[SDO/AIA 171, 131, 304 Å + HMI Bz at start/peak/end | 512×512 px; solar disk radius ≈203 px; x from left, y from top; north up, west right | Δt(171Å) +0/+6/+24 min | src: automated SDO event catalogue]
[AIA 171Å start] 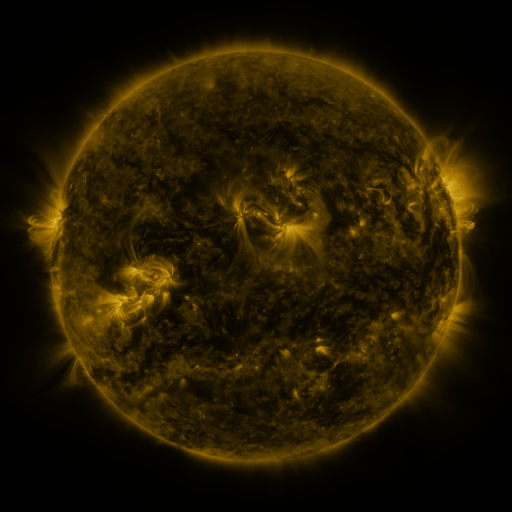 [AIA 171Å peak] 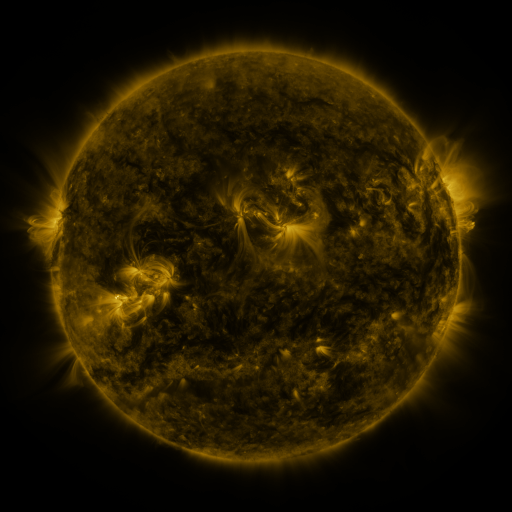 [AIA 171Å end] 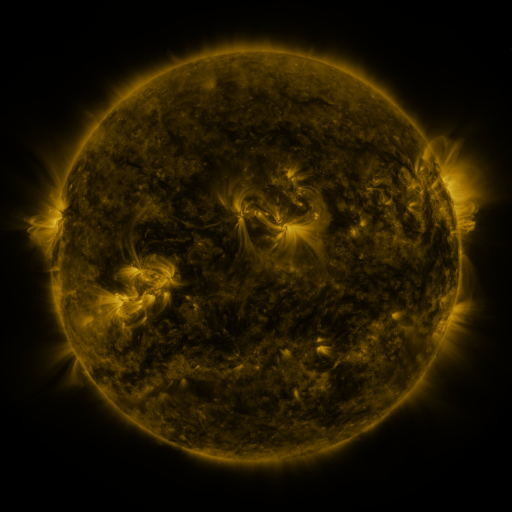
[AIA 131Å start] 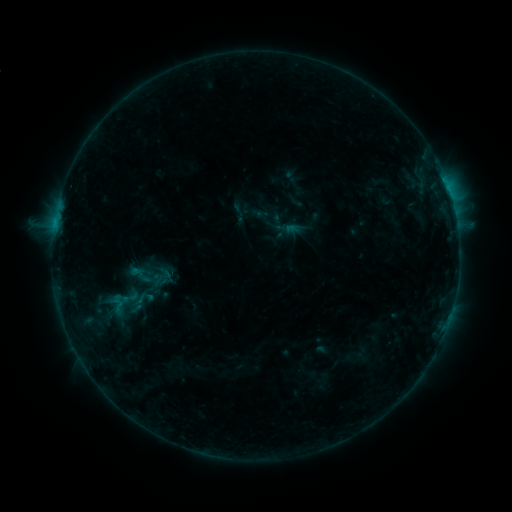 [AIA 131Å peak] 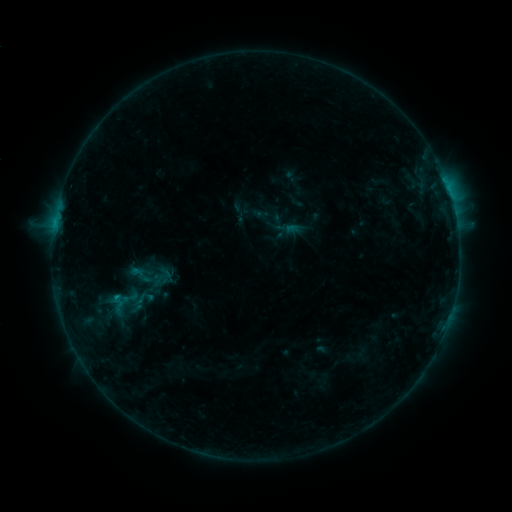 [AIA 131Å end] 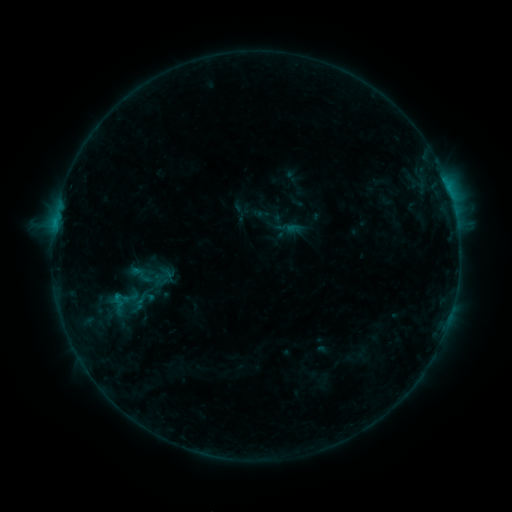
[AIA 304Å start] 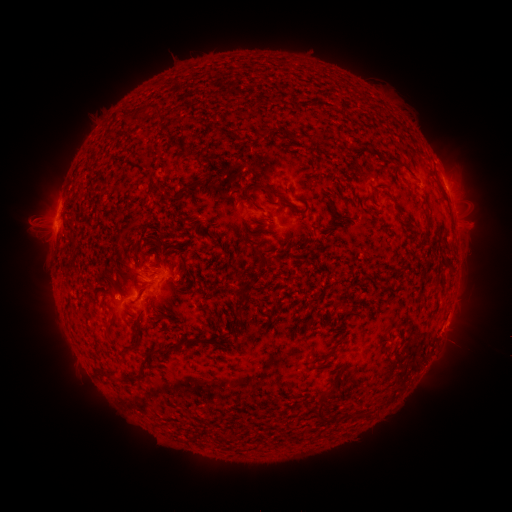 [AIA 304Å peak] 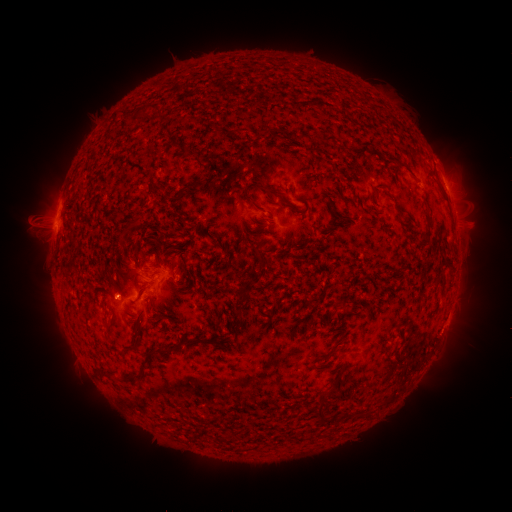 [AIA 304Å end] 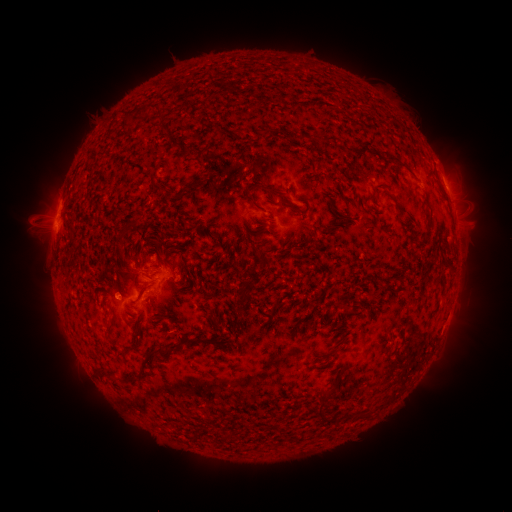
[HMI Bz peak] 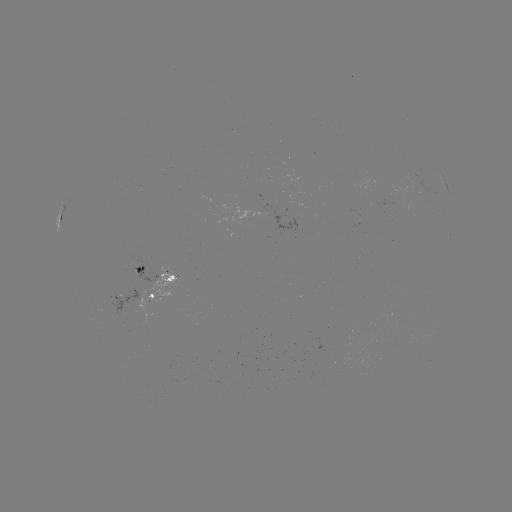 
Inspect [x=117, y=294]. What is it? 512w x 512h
B9.5 flare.